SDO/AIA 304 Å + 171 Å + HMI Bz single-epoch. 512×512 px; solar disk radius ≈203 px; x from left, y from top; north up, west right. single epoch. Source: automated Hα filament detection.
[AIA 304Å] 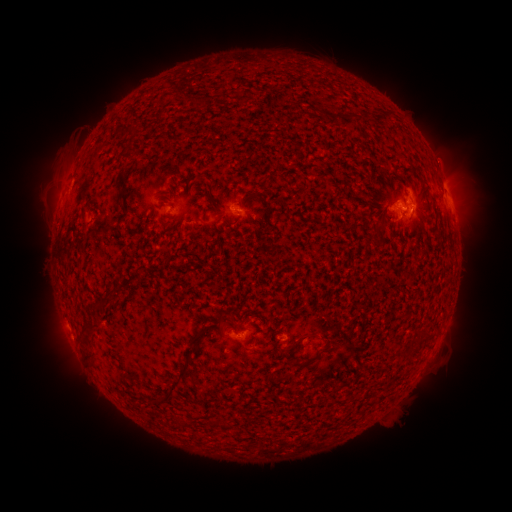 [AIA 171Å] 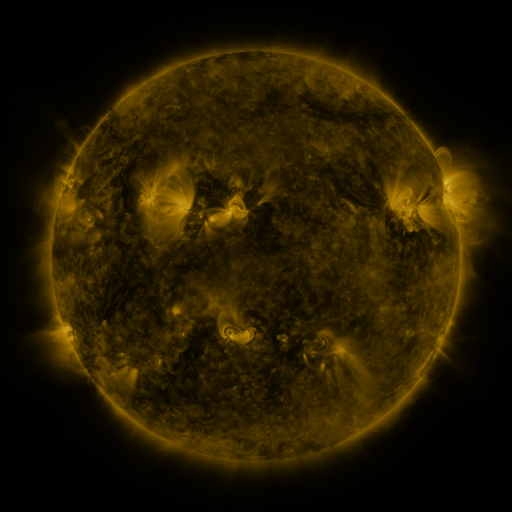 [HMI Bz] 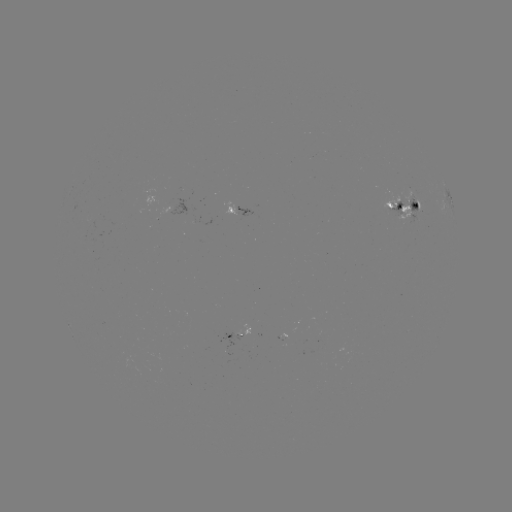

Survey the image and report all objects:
filament: (190, 95, 200, 105)
filament: (119, 148, 136, 160)
filament: (115, 166, 130, 216)
filament: (193, 174, 203, 183)
filament: (179, 176, 190, 184)
filament: (167, 186, 175, 197)
filament: (238, 199, 244, 210)
filament: (279, 199, 288, 210)
filament: (90, 290, 114, 312)
filament: (80, 322, 100, 334)
filament: (190, 324, 211, 341)
filament: (84, 351, 95, 361)
filament: (163, 353, 192, 398)
filament: (183, 420, 193, 427)
